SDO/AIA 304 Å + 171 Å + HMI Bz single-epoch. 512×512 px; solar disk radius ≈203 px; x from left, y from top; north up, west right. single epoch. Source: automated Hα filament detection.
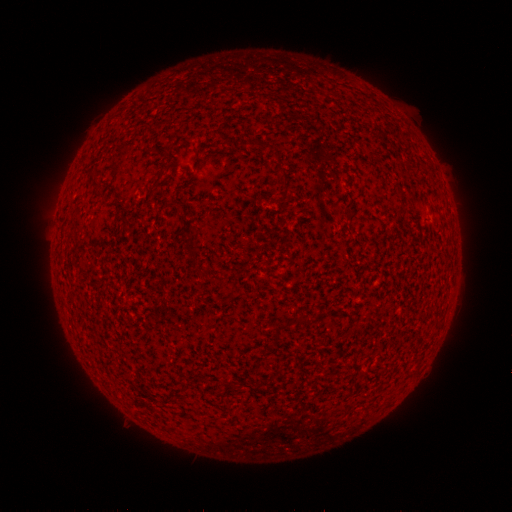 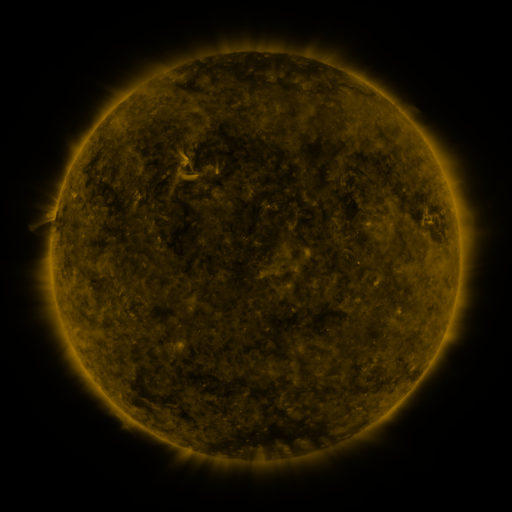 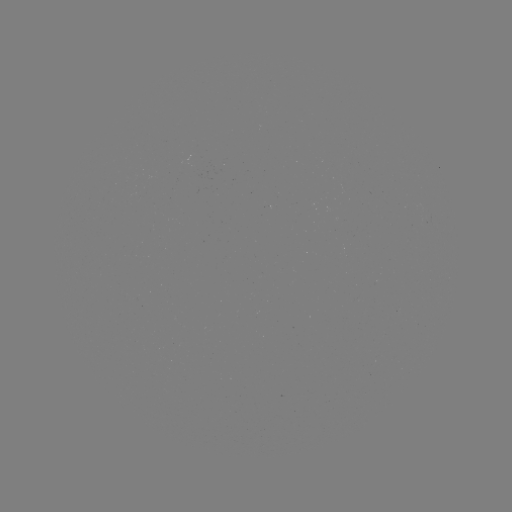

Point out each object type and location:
filament: [277, 164, 289, 183]
filament: [214, 273, 224, 282]
